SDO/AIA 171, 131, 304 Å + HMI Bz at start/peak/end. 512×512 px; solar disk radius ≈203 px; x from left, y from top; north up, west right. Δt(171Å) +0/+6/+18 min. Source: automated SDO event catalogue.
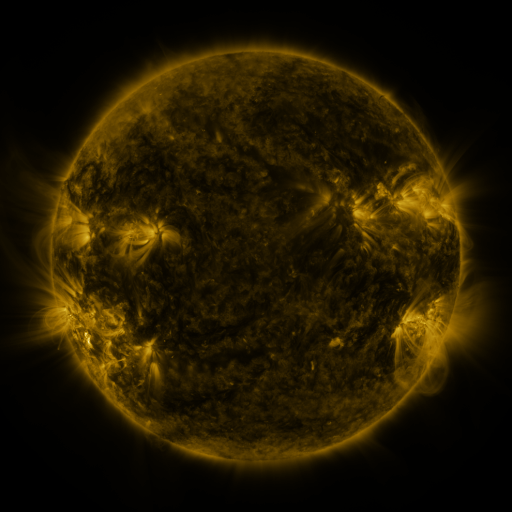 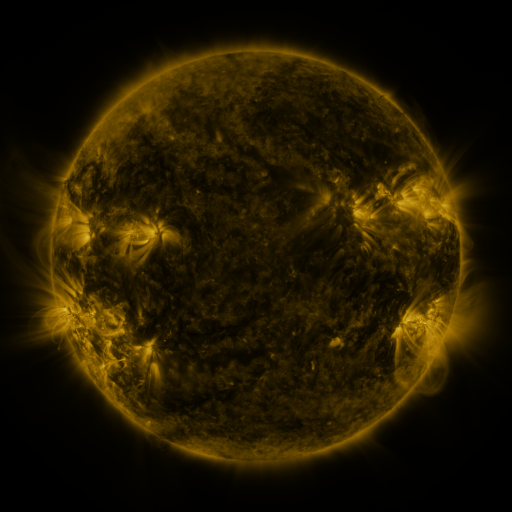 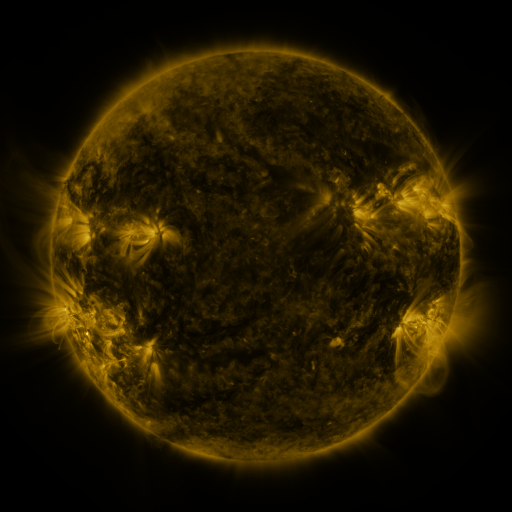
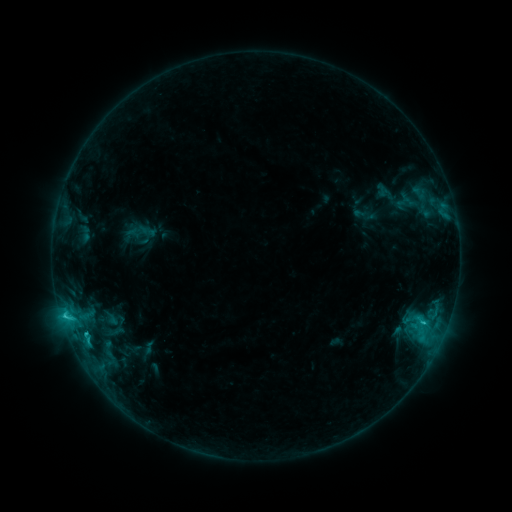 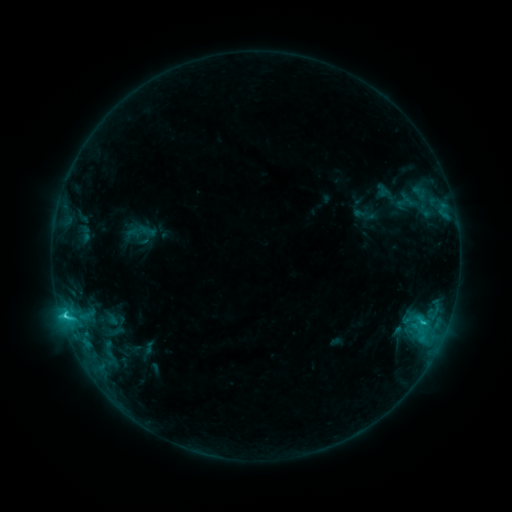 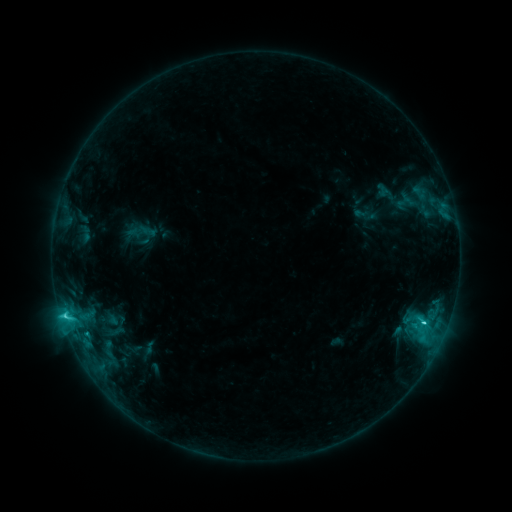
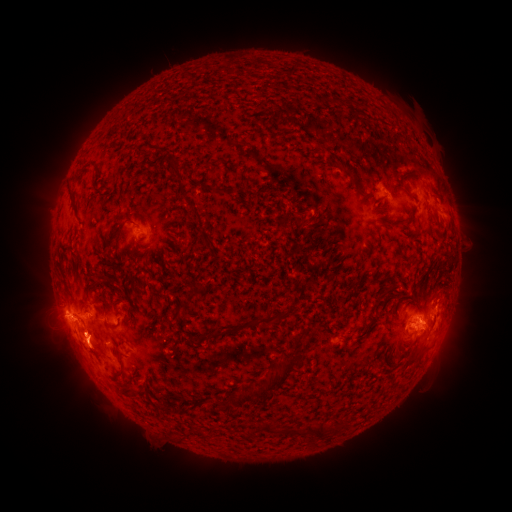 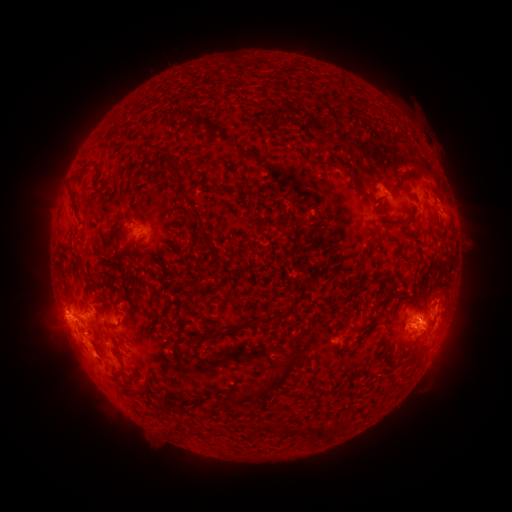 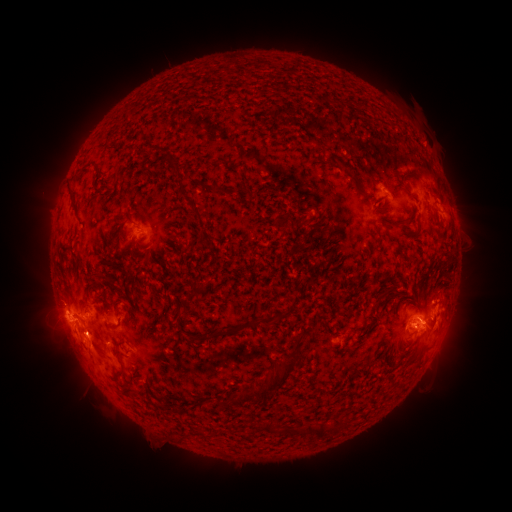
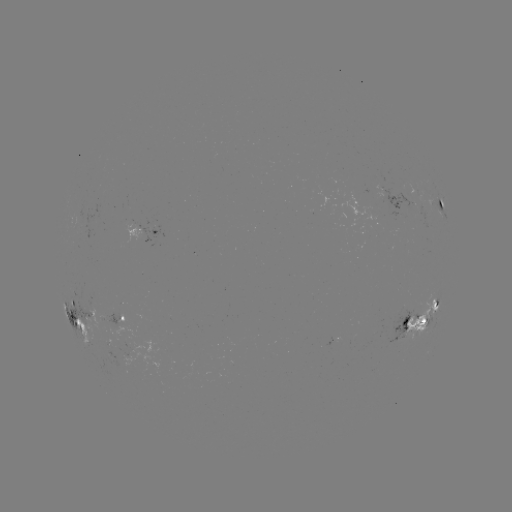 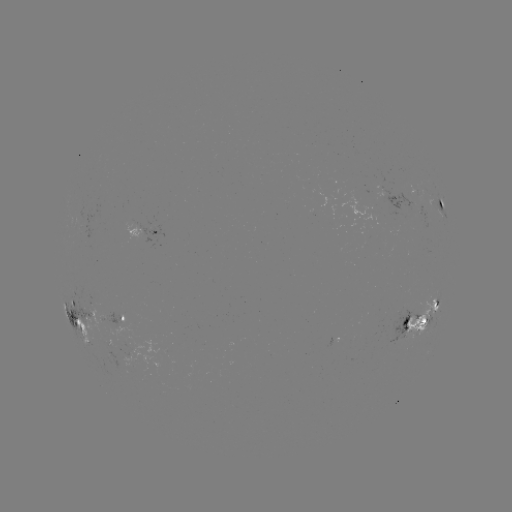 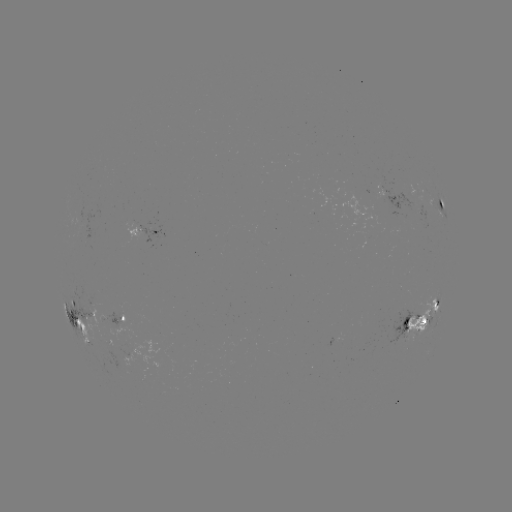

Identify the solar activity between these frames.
eruption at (92, 354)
